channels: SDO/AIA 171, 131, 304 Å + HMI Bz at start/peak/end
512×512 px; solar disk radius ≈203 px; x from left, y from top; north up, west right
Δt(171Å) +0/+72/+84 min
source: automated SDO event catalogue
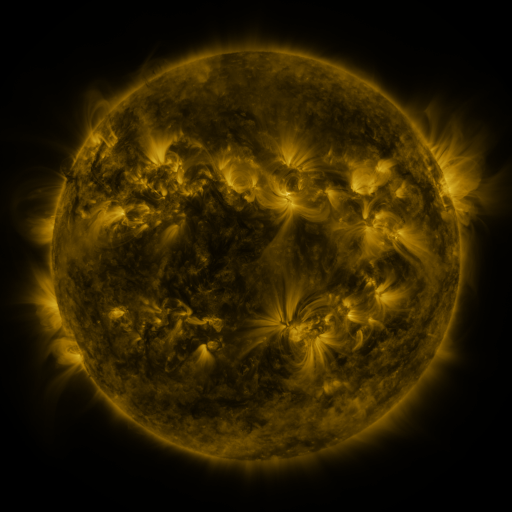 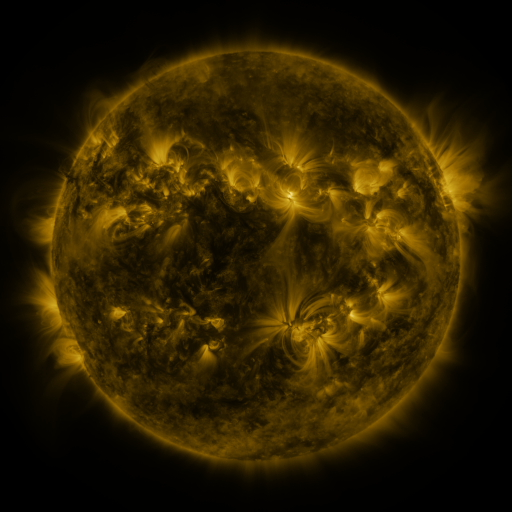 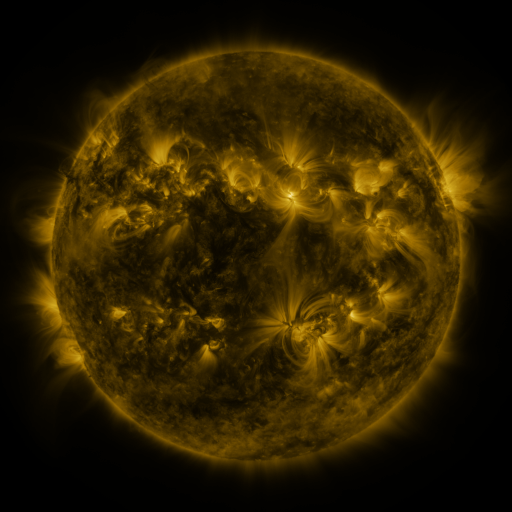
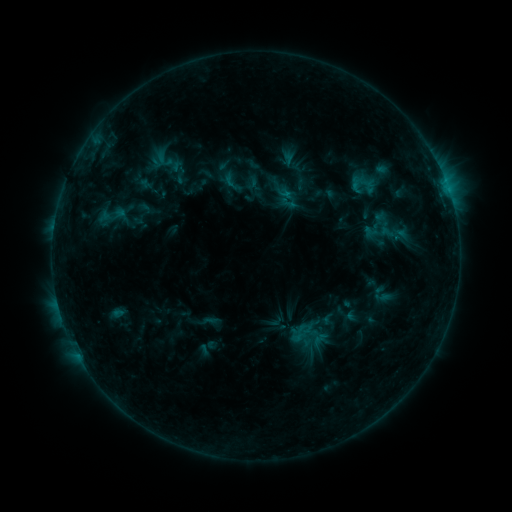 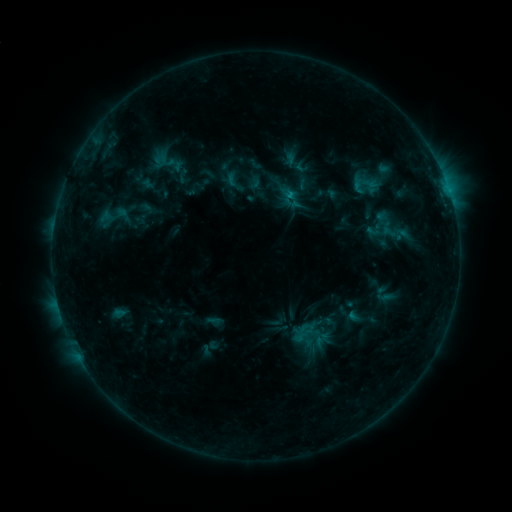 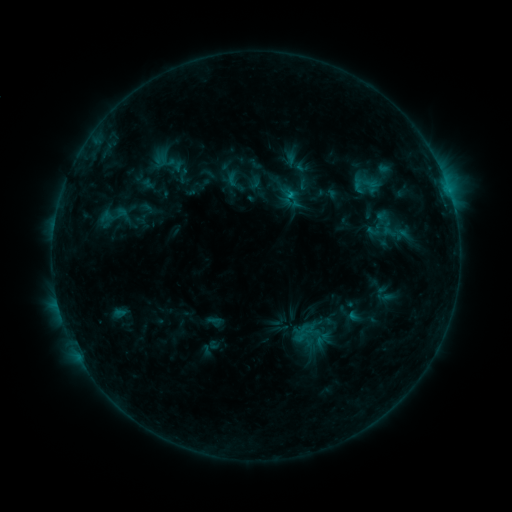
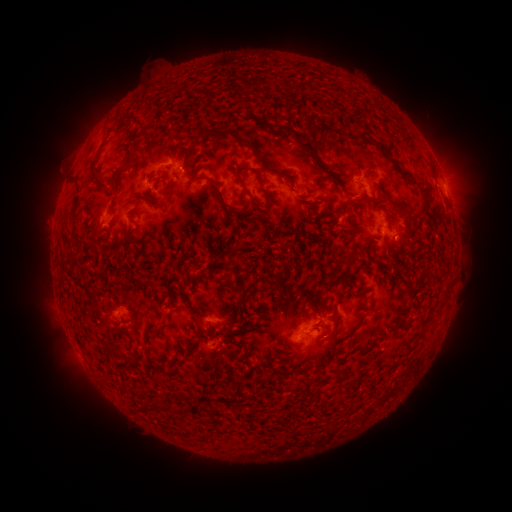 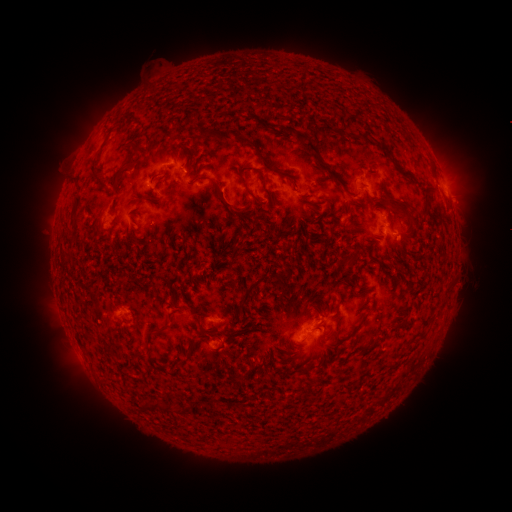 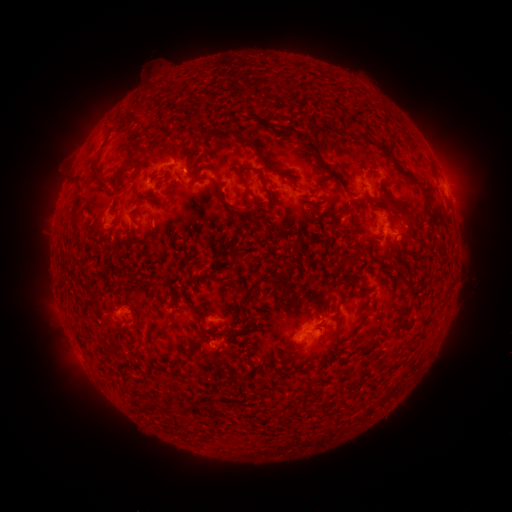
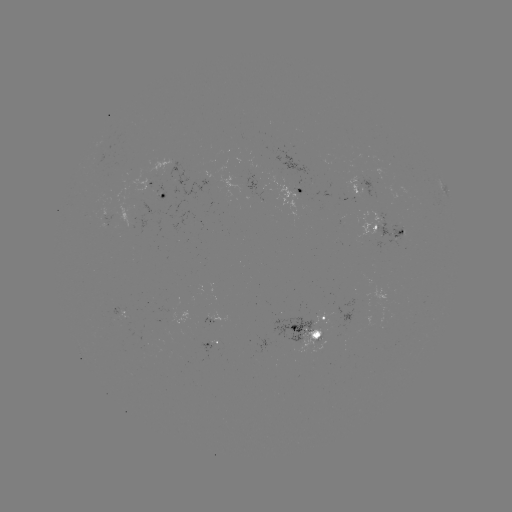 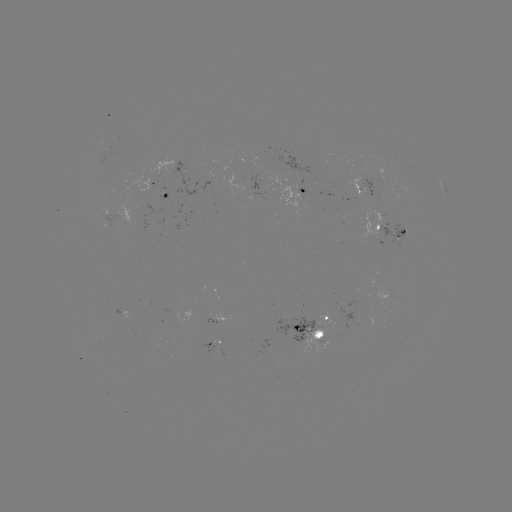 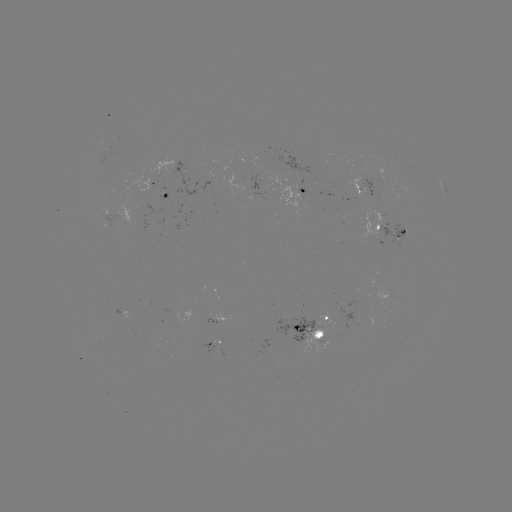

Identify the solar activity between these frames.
emerging-flux region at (367, 178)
